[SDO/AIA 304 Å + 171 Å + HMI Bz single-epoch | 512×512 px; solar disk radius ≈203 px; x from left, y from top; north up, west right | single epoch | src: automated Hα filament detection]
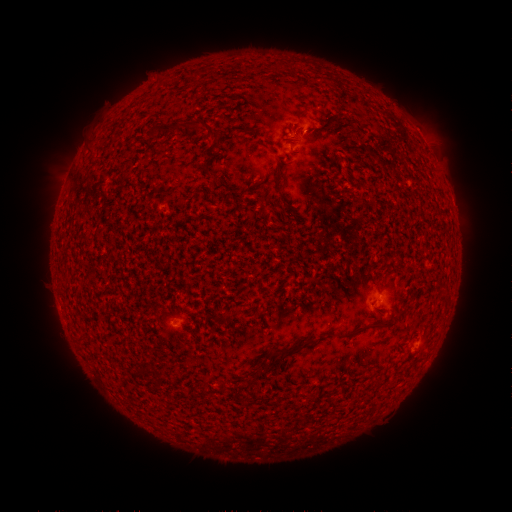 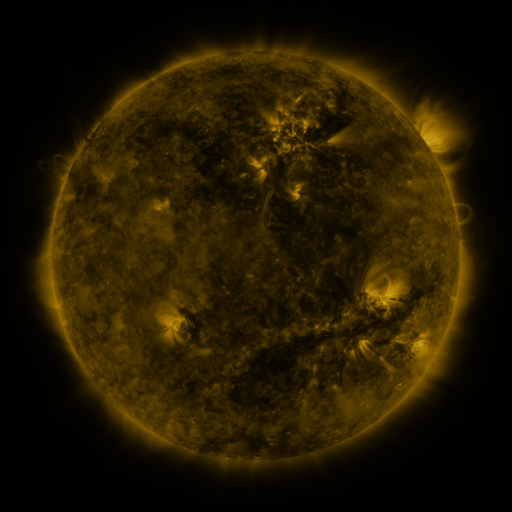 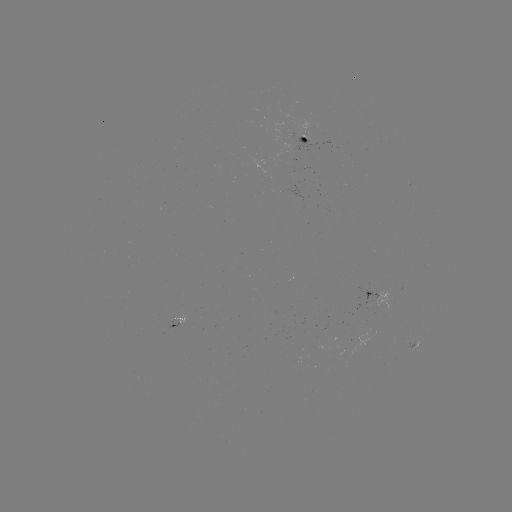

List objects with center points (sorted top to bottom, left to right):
filament: [336, 112, 344, 121]
filament: [189, 117, 221, 137]
filament: [325, 117, 334, 128]
filament: [166, 122, 186, 130]
filament: [151, 125, 159, 134]
filament: [296, 127, 306, 137]
filament: [275, 169, 281, 185]
filament: [396, 309, 406, 319]
filament: [369, 321, 394, 329]
filament: [337, 326, 363, 339]
filament: [75, 330, 89, 339]
filament: [280, 337, 309, 356]
filament: [267, 348, 274, 357]
filament: [215, 379, 225, 391]
